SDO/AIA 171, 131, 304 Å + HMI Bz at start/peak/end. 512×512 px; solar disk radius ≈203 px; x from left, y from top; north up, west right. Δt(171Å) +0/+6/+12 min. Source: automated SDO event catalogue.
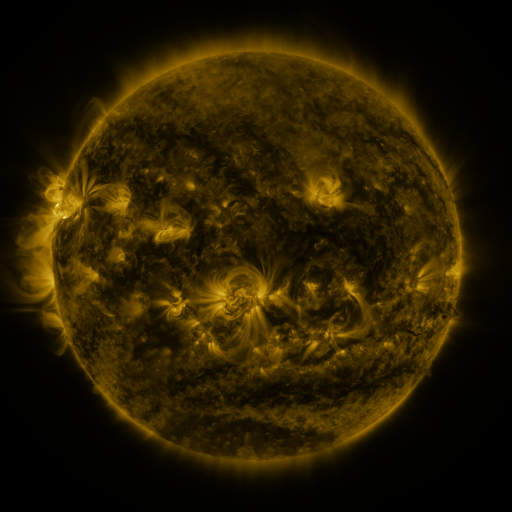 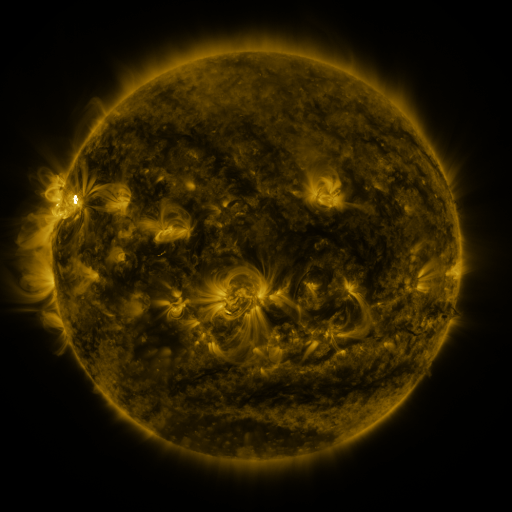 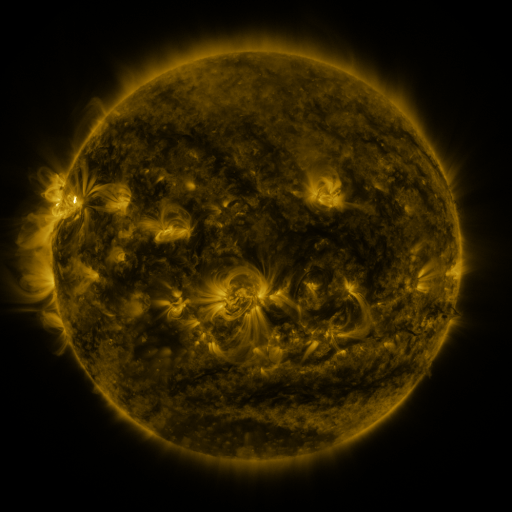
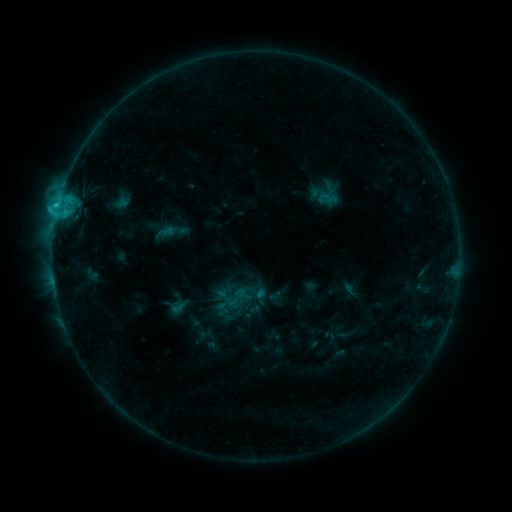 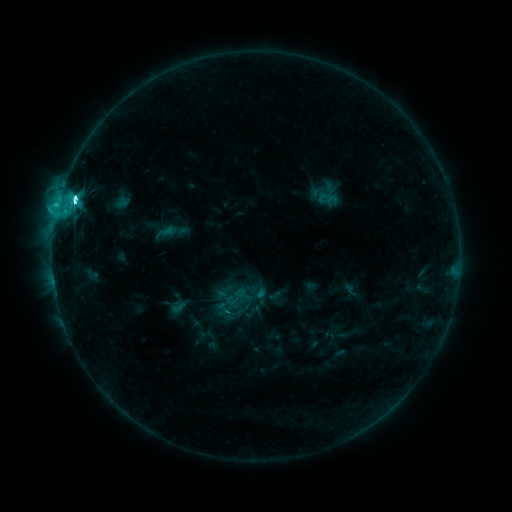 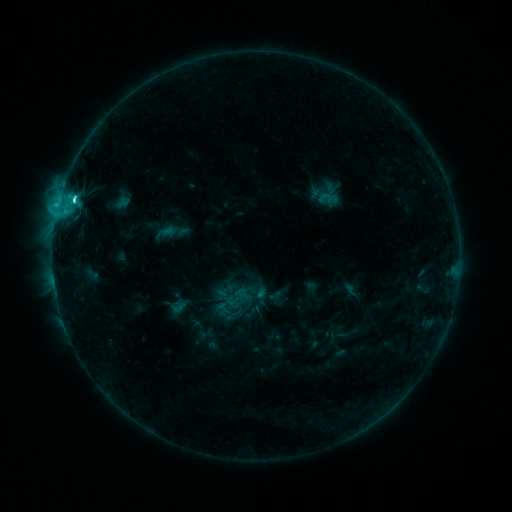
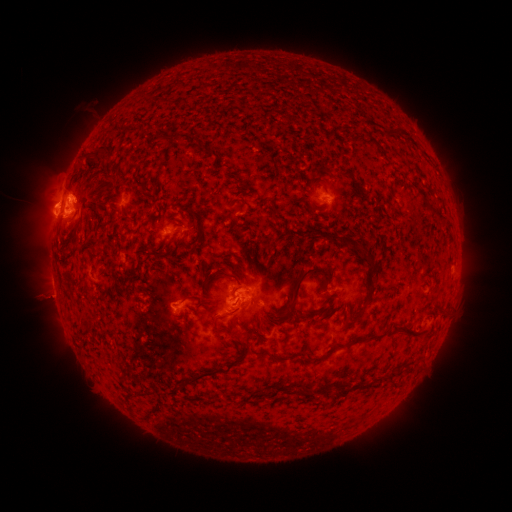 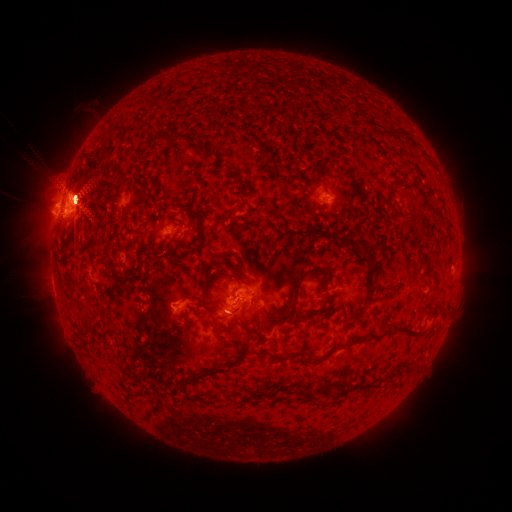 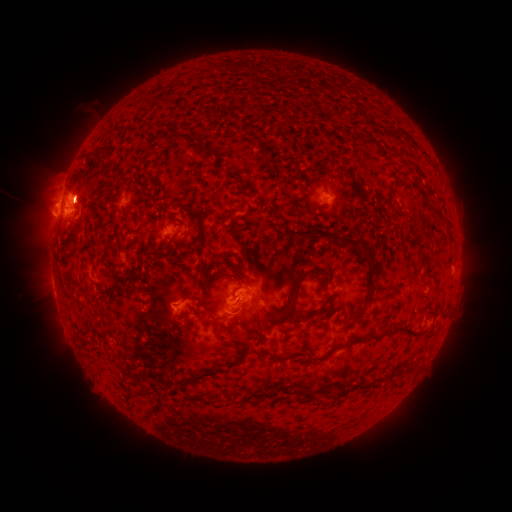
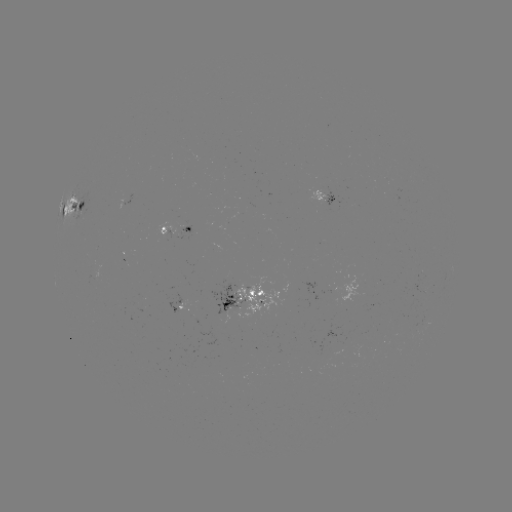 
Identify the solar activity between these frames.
M1.9 flare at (229, 310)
